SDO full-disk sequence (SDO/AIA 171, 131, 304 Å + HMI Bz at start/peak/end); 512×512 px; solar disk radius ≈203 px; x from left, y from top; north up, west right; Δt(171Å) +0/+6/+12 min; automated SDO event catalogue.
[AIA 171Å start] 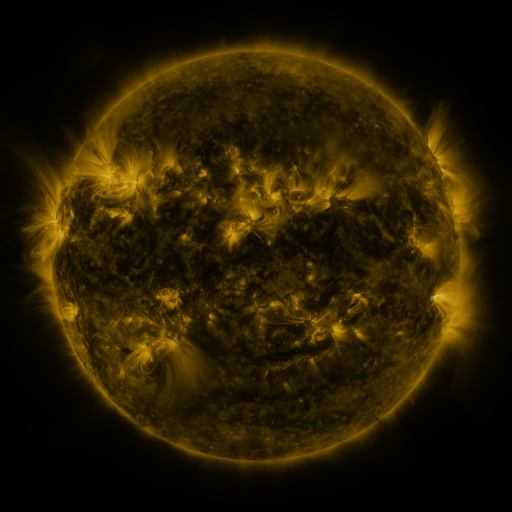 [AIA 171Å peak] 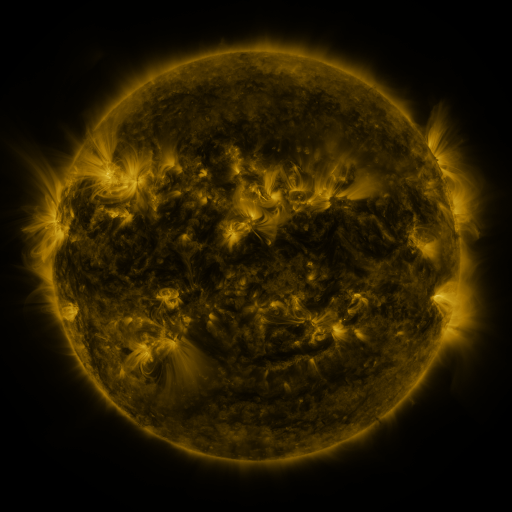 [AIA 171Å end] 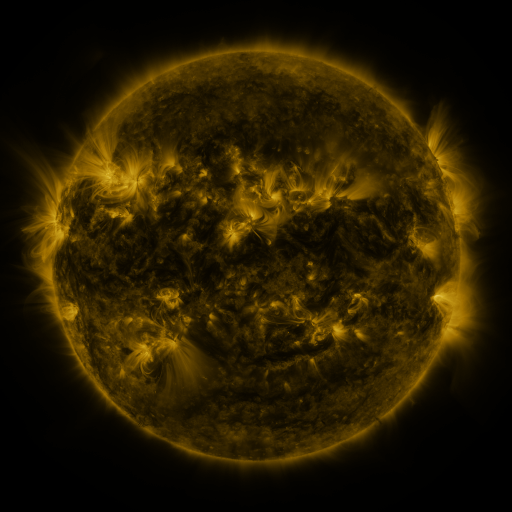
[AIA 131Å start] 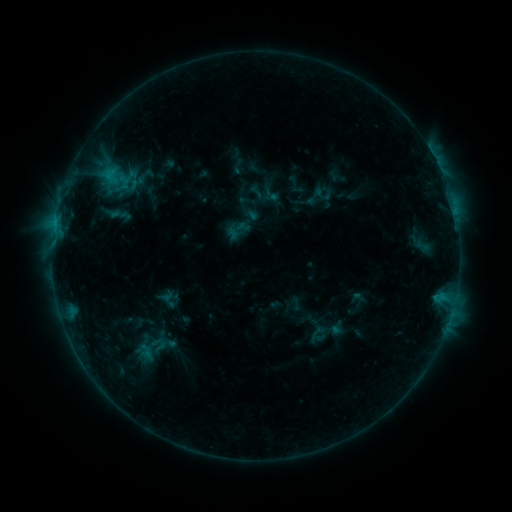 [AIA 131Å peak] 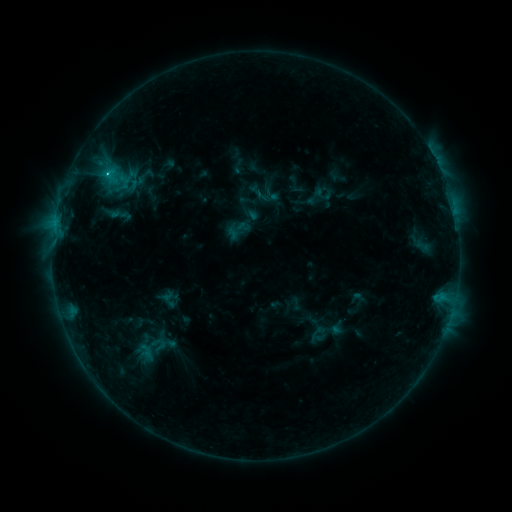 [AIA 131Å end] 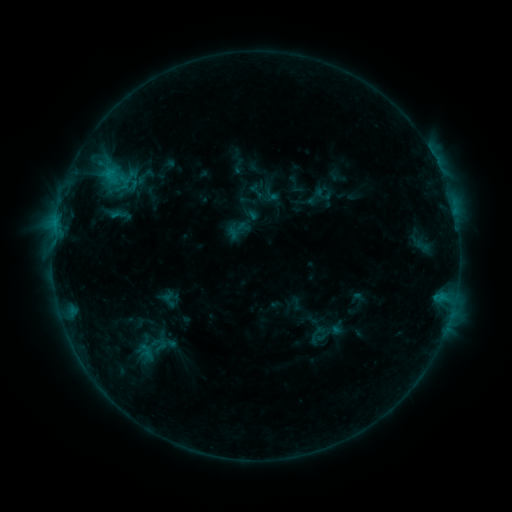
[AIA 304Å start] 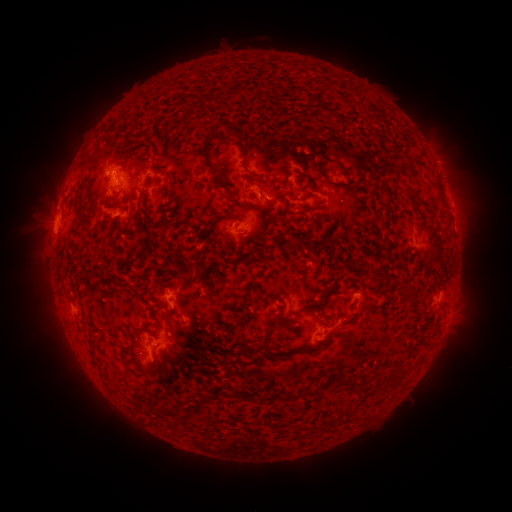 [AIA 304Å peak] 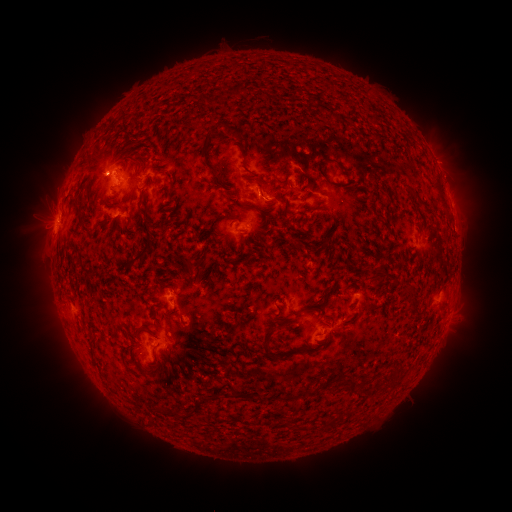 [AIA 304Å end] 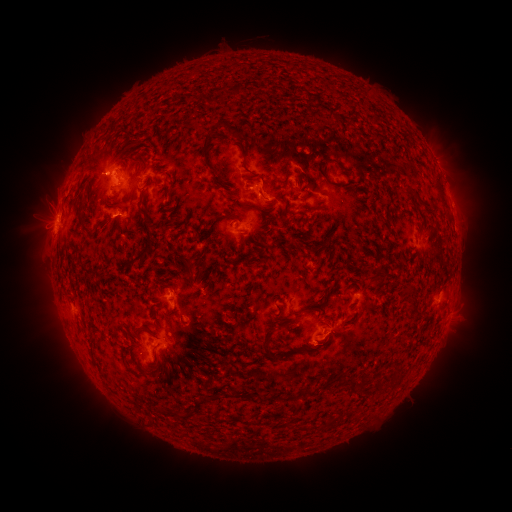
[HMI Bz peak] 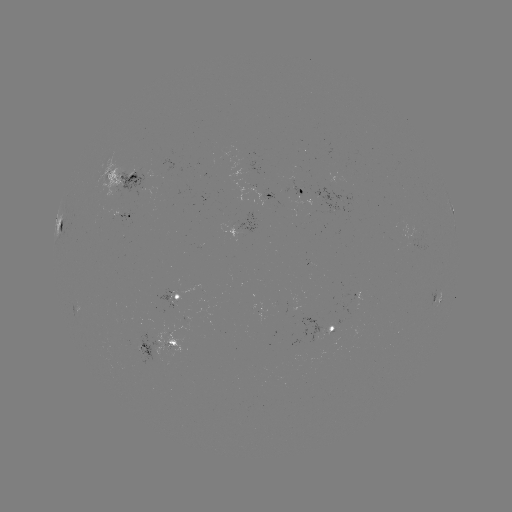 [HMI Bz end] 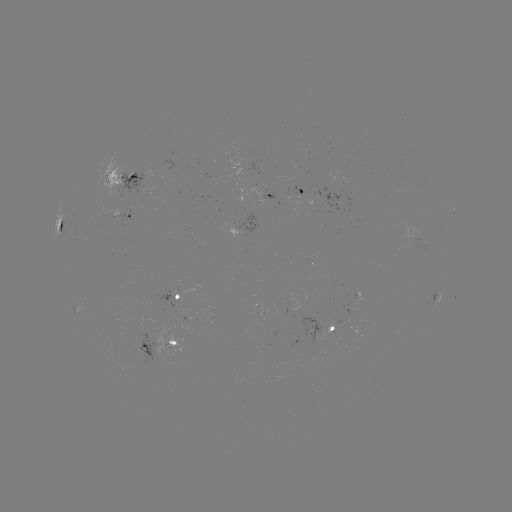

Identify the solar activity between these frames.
C1.4 flare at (108, 175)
